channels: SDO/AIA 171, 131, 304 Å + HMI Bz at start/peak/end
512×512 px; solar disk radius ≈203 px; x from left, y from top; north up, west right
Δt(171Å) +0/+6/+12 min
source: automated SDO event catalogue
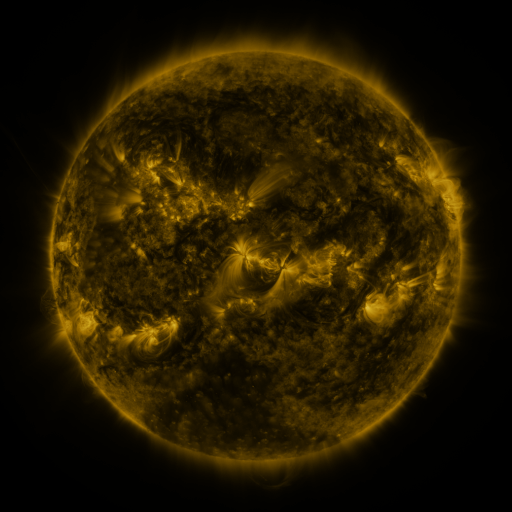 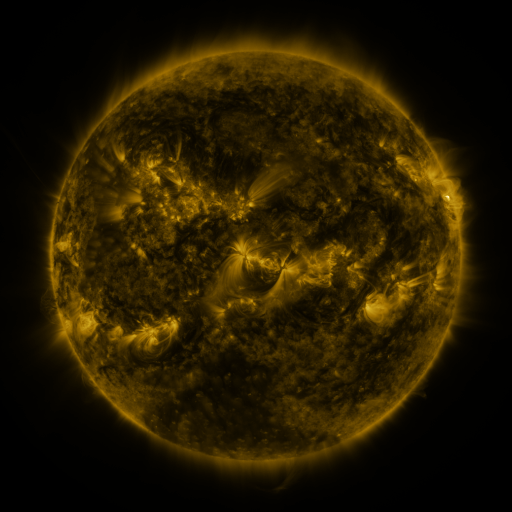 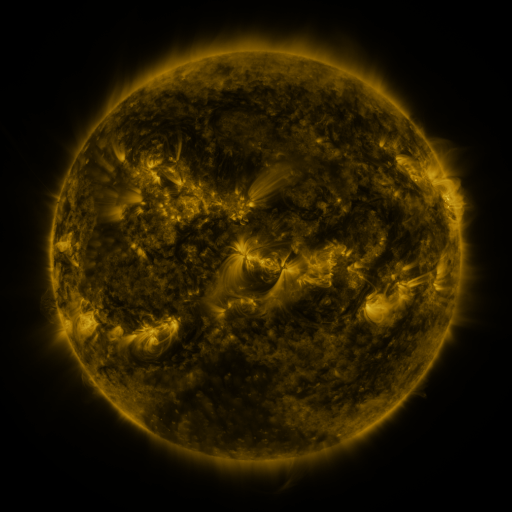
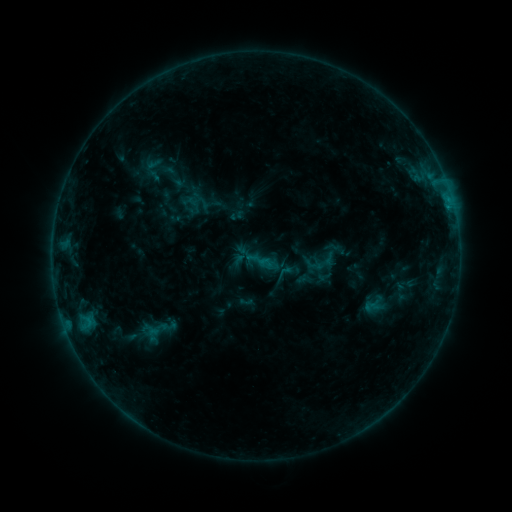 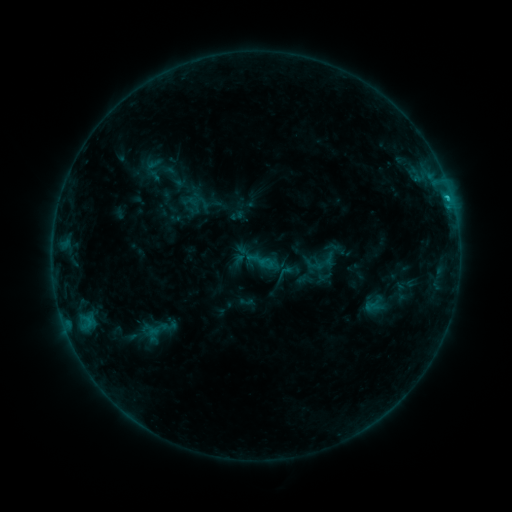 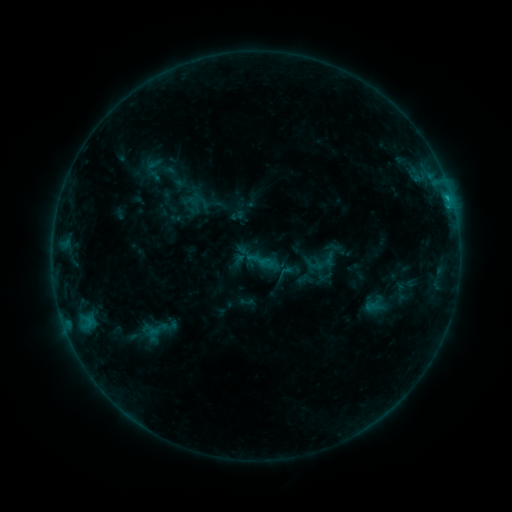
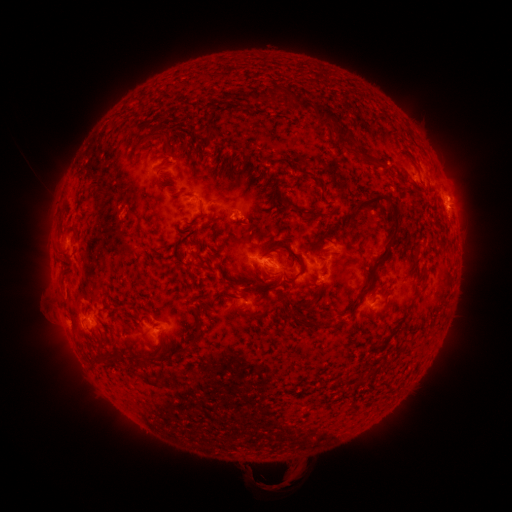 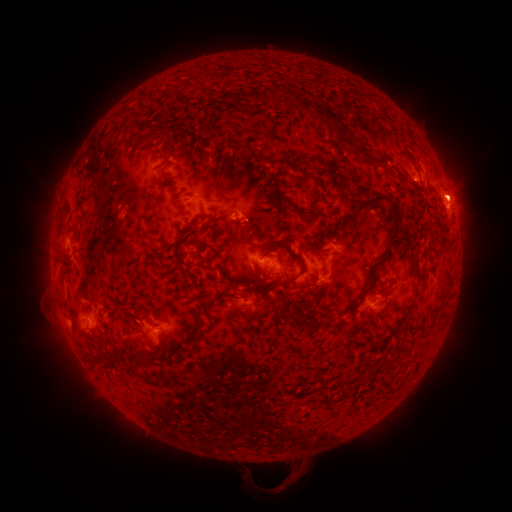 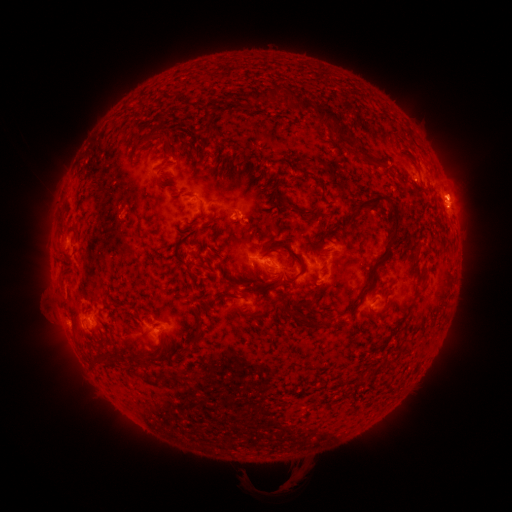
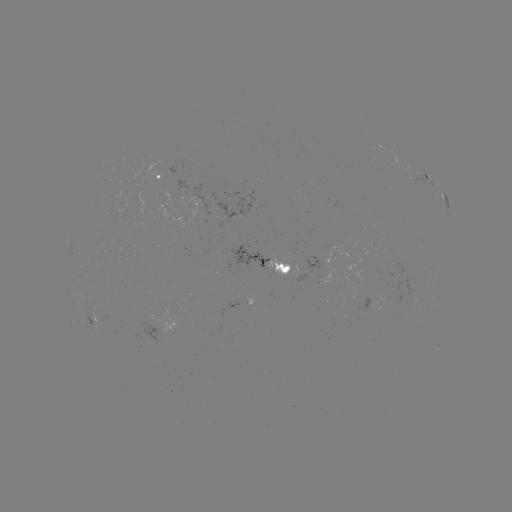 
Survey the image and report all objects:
C1.3 flare: (447, 201)
